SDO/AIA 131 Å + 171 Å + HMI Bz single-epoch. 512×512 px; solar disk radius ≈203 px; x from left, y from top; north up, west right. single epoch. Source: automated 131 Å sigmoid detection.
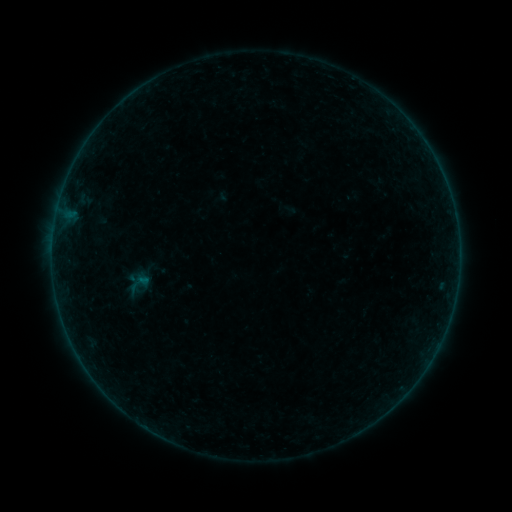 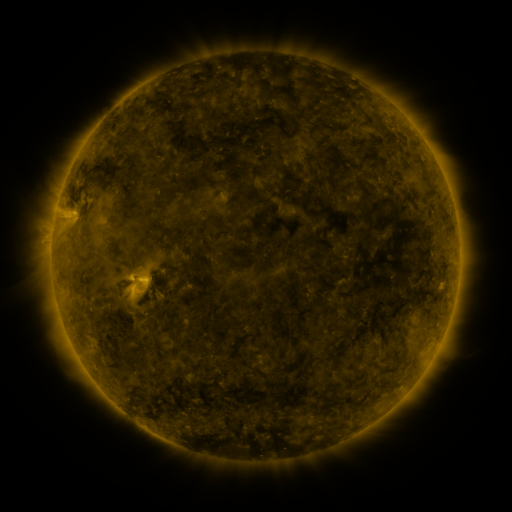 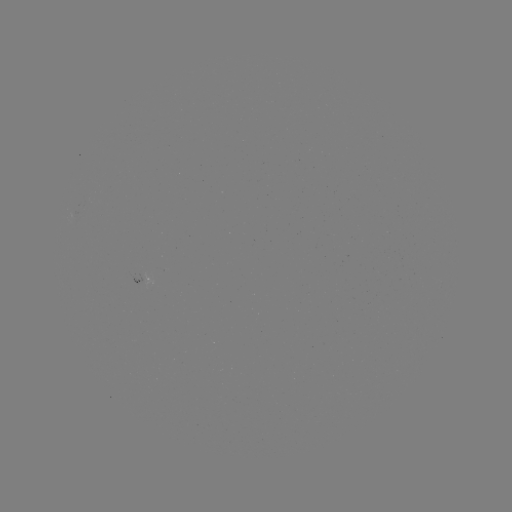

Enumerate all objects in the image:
sigmoid: (138, 283)
